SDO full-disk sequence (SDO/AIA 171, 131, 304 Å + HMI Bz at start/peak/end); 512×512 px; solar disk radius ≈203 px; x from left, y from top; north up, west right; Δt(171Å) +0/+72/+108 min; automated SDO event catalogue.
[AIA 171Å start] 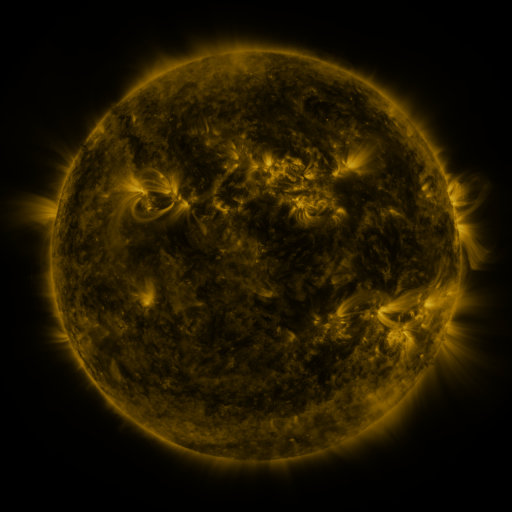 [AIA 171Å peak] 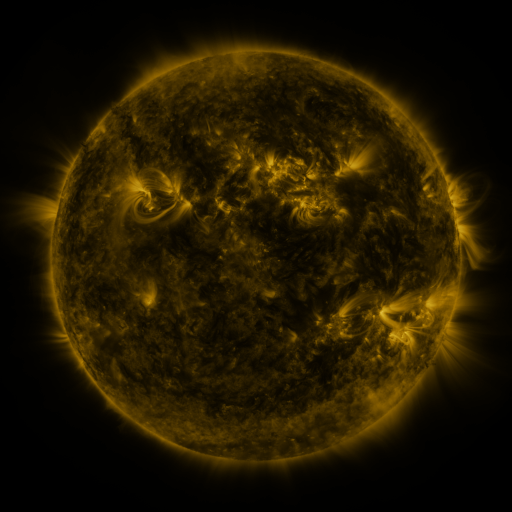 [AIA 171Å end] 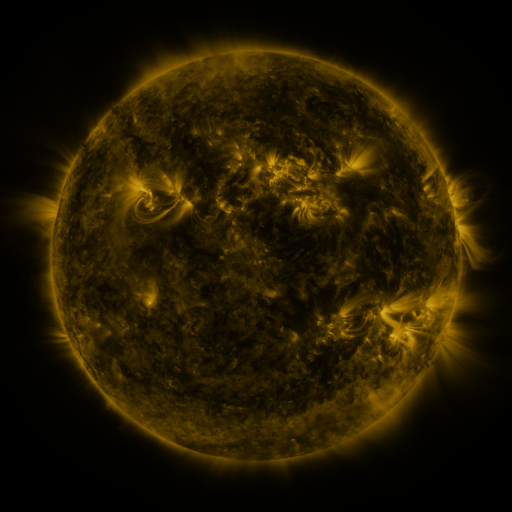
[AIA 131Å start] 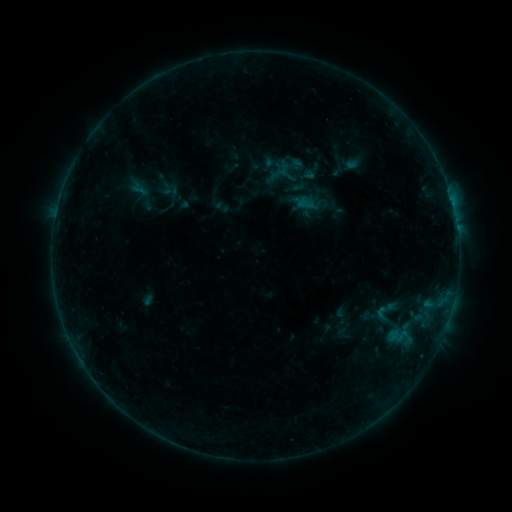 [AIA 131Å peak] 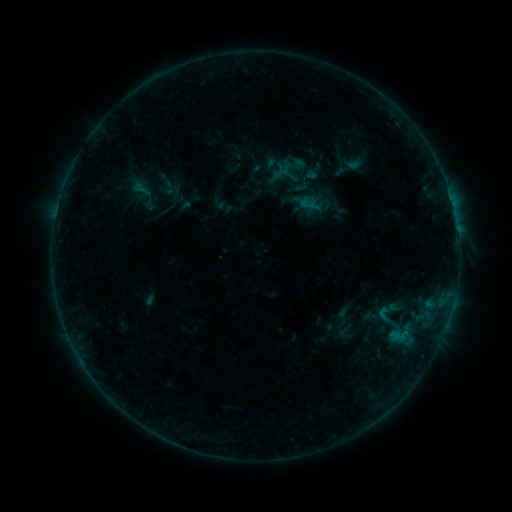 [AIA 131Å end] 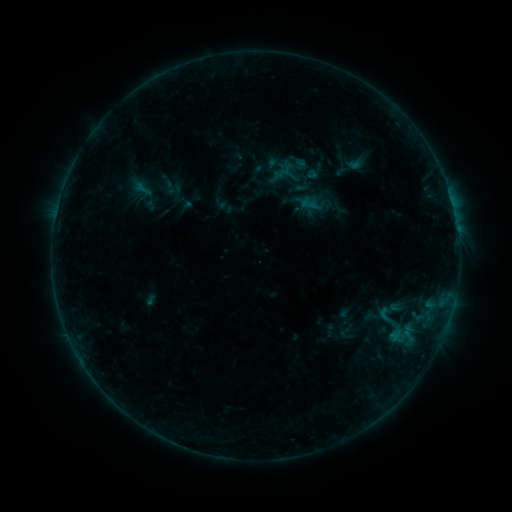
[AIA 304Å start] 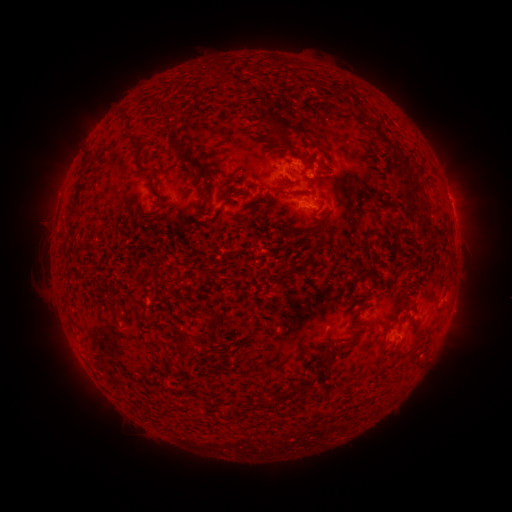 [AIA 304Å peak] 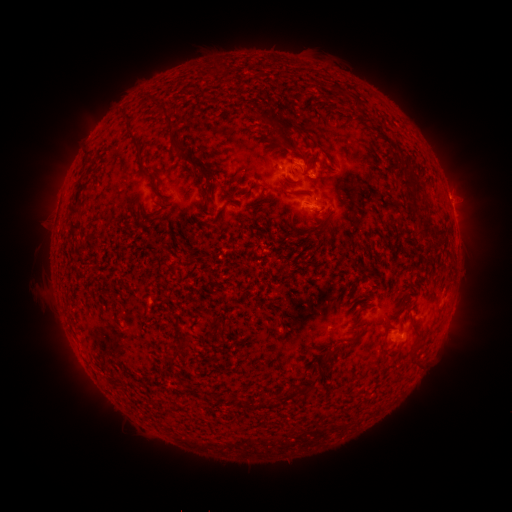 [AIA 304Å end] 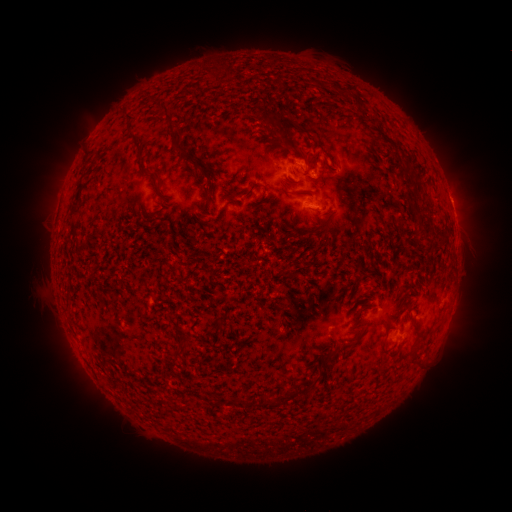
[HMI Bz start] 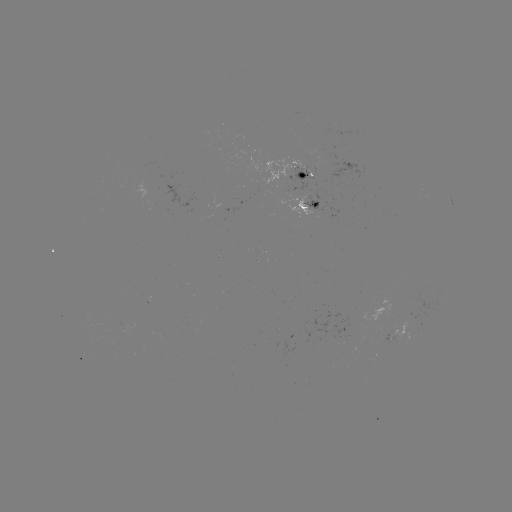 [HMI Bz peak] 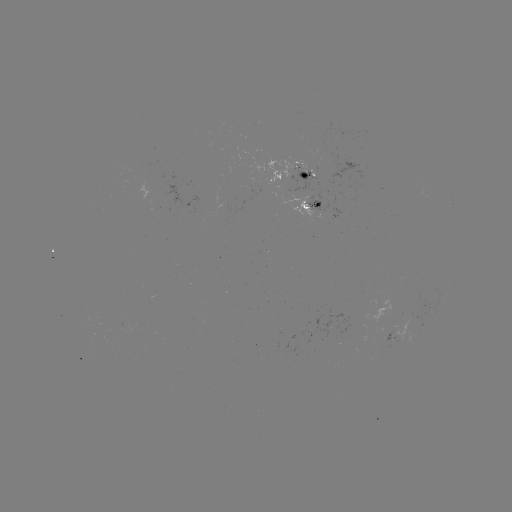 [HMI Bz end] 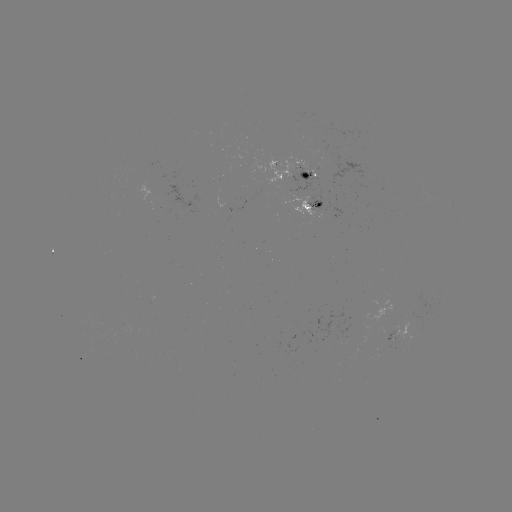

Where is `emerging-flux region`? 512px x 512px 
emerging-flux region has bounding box [225, 187, 242, 212].